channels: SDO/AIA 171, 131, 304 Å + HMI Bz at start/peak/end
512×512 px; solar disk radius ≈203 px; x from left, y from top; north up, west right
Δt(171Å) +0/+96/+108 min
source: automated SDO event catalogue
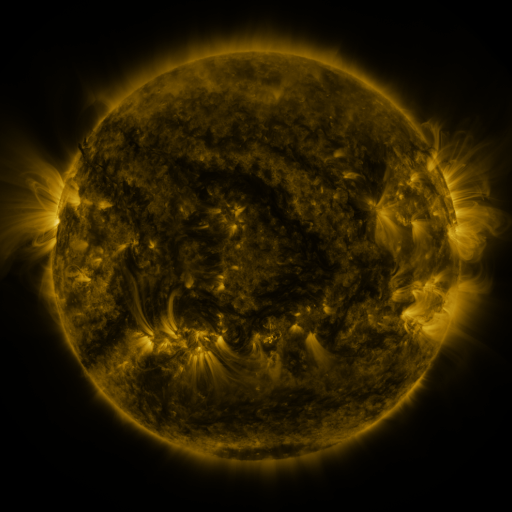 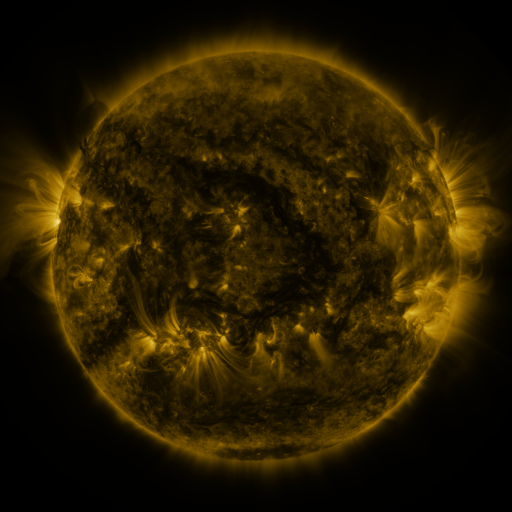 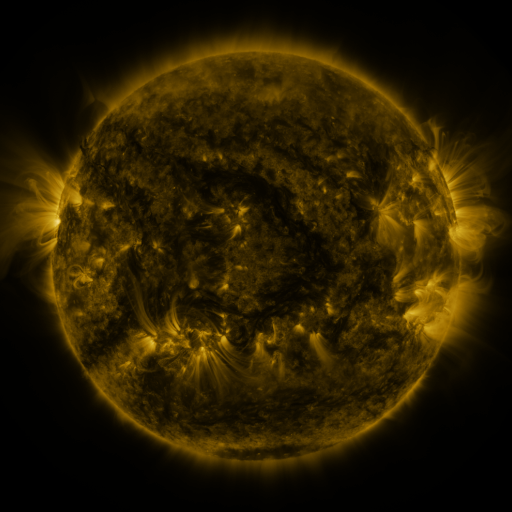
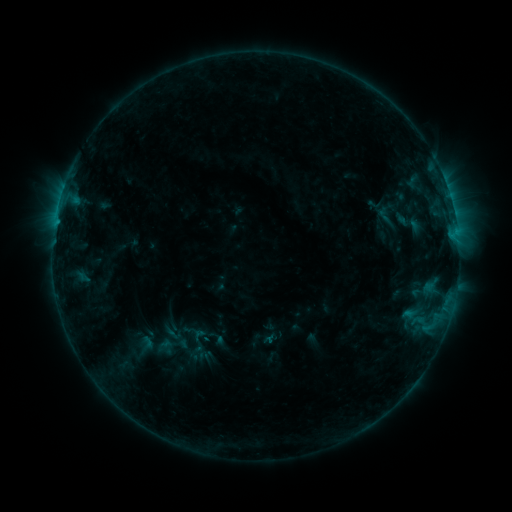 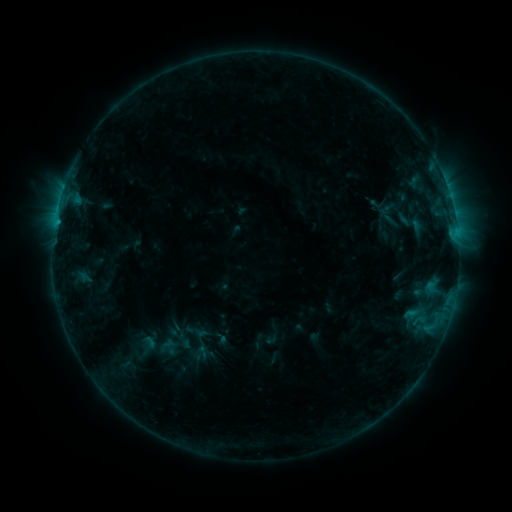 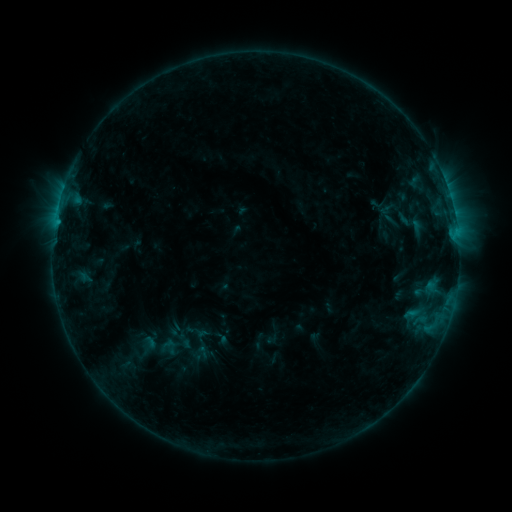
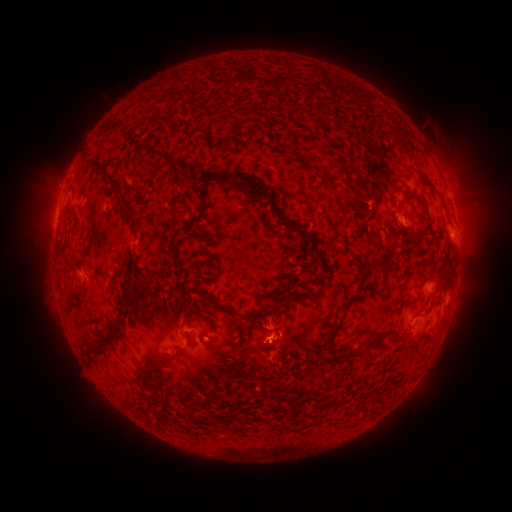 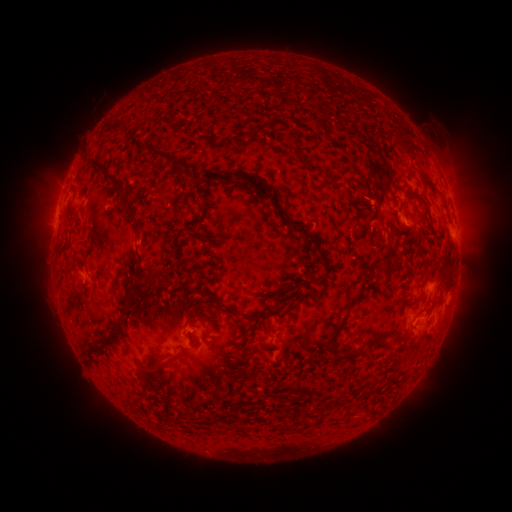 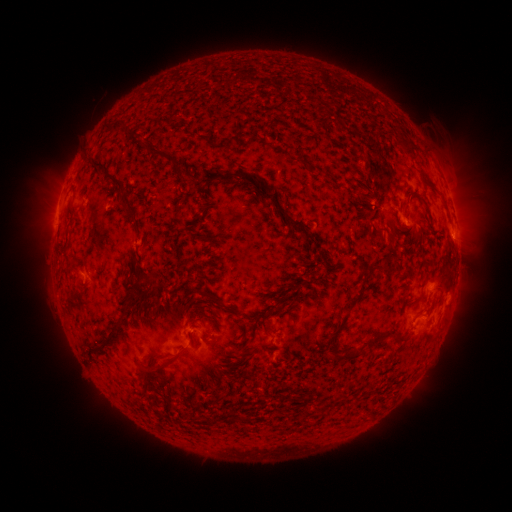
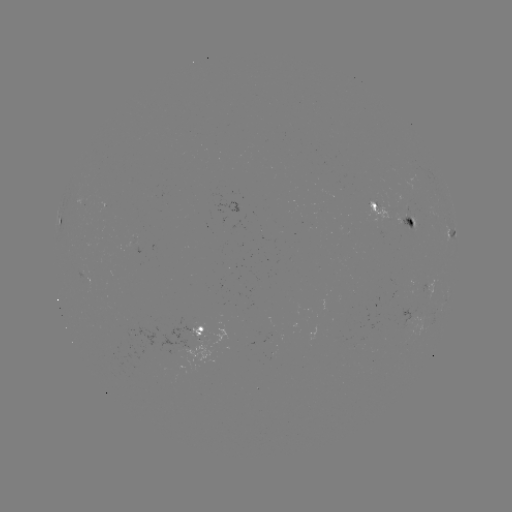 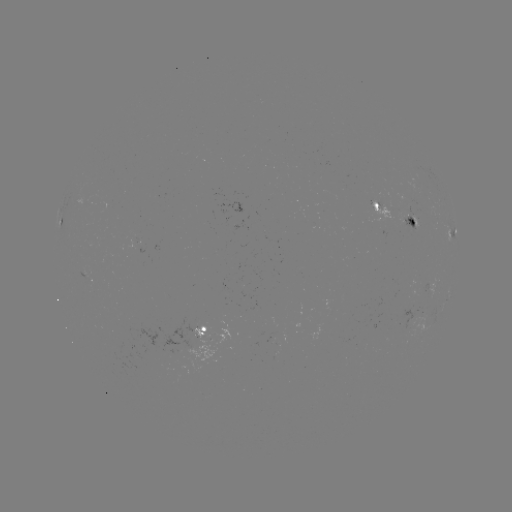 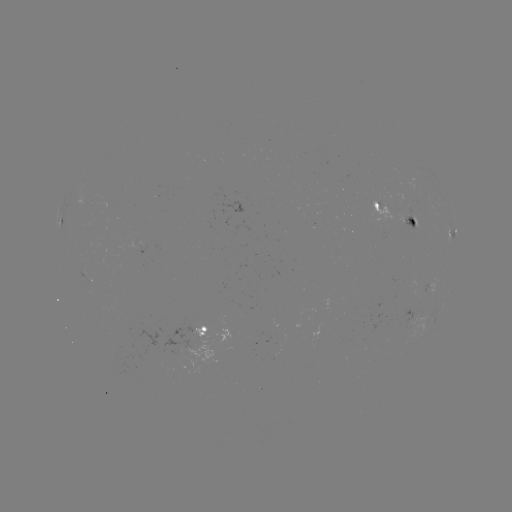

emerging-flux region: <bbox>403, 308, 412, 328</bbox>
